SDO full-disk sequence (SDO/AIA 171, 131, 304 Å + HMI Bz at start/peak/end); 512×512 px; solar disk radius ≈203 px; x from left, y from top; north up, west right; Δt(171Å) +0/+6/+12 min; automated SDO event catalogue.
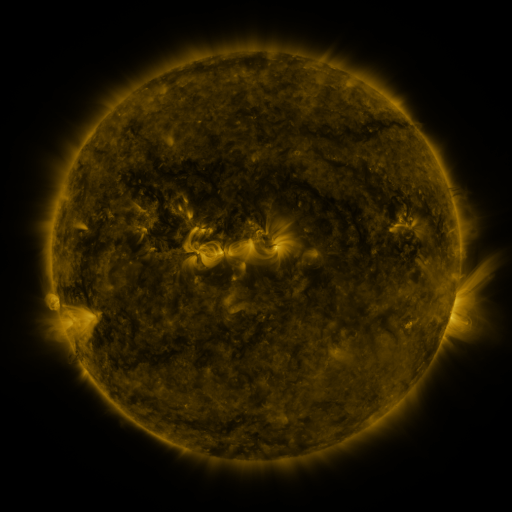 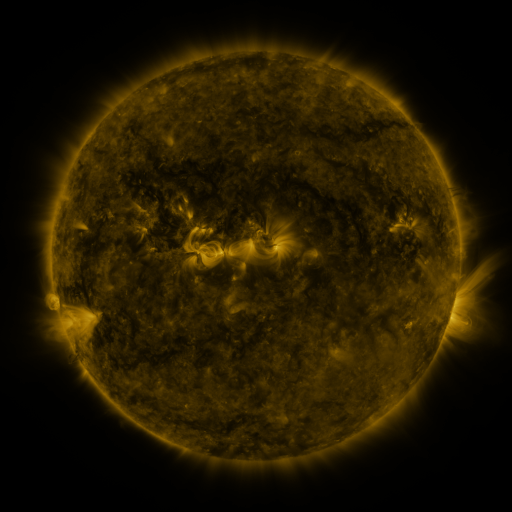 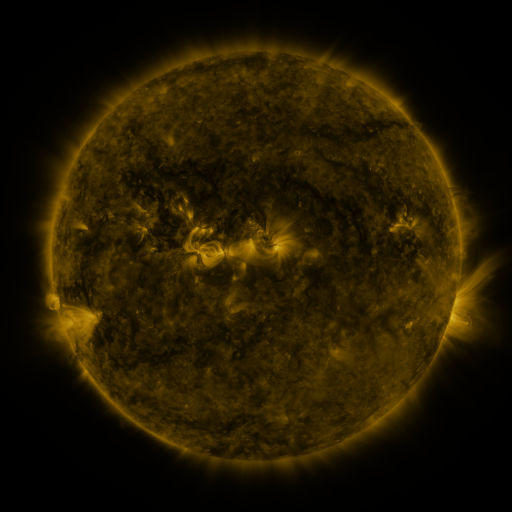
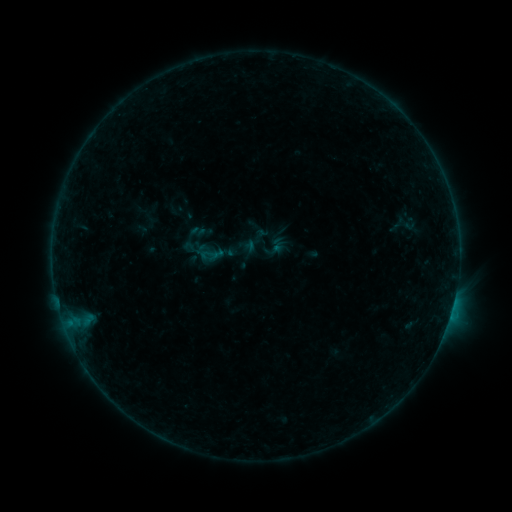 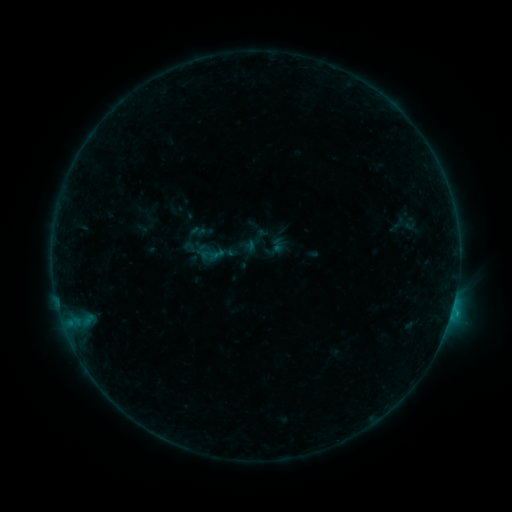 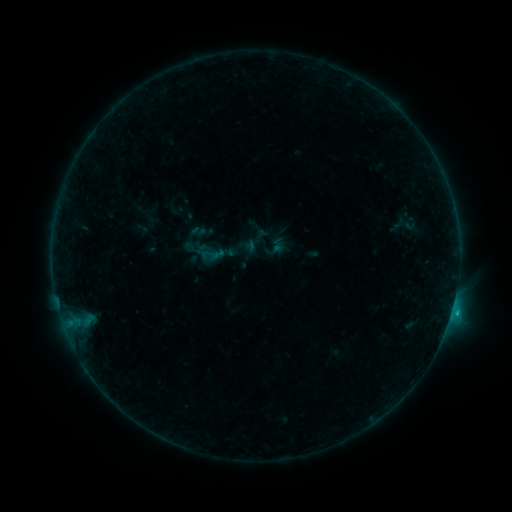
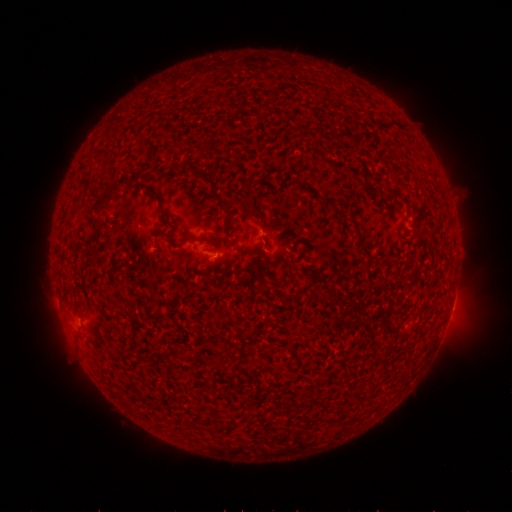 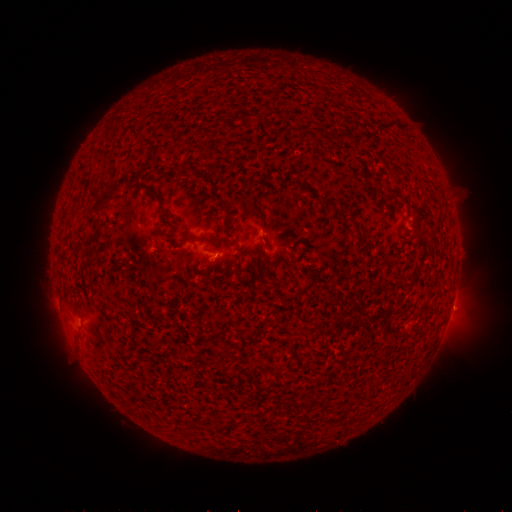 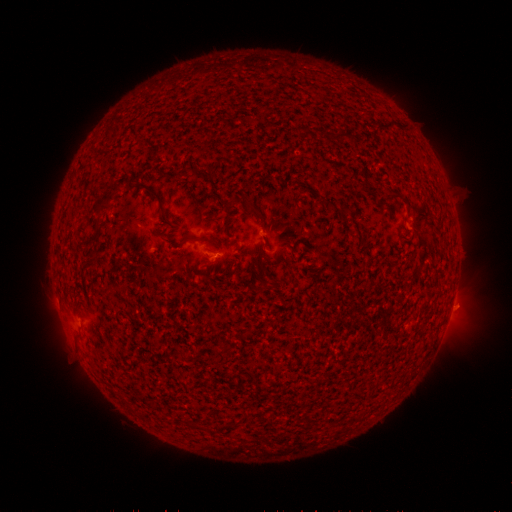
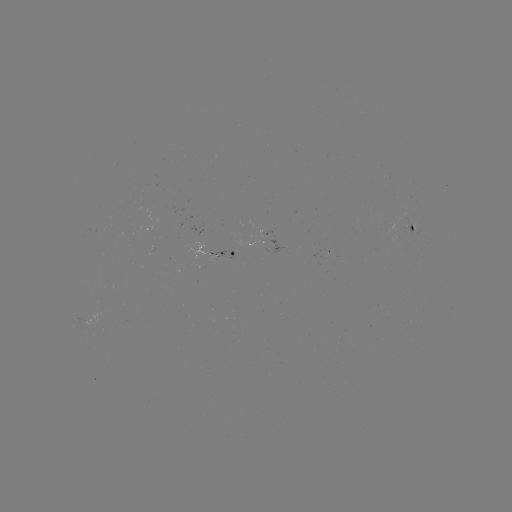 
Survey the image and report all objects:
eruption: (458, 305)
